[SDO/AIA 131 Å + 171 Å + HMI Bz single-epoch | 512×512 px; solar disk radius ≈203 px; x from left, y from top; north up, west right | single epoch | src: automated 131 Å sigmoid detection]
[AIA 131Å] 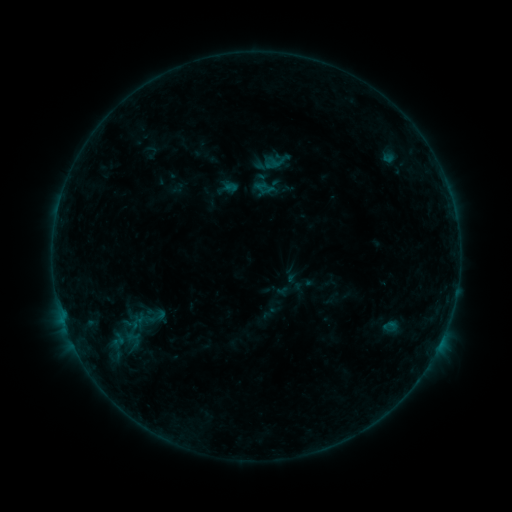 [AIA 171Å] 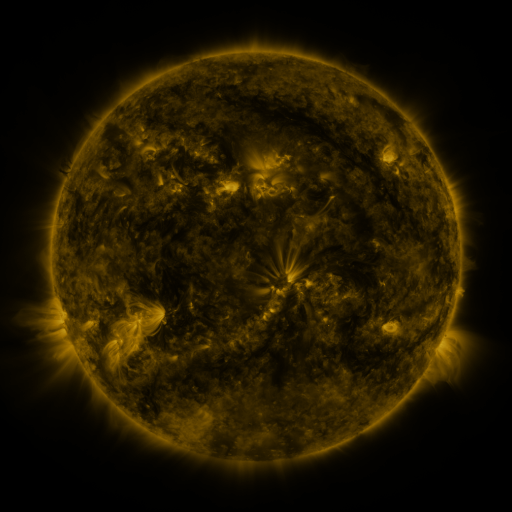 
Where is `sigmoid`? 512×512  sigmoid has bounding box [262, 146, 293, 176].